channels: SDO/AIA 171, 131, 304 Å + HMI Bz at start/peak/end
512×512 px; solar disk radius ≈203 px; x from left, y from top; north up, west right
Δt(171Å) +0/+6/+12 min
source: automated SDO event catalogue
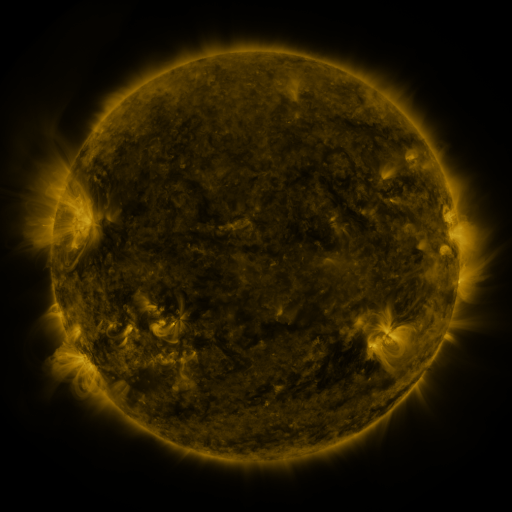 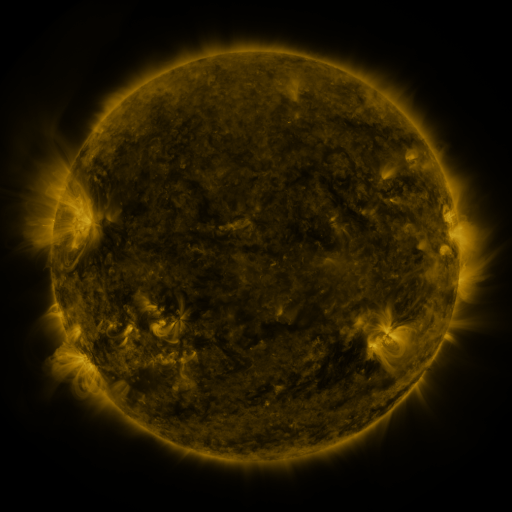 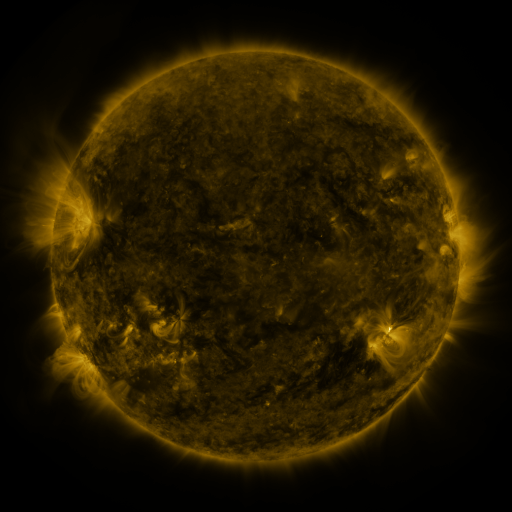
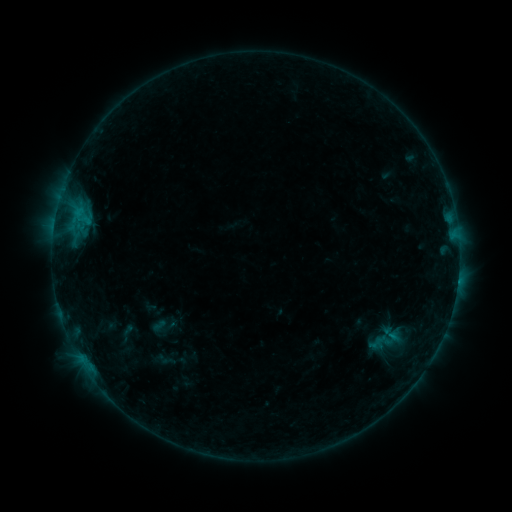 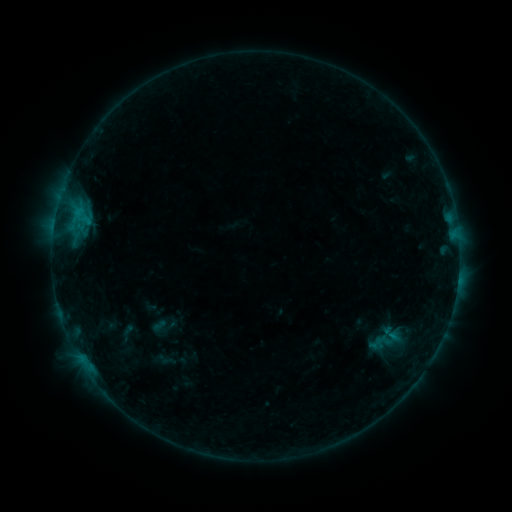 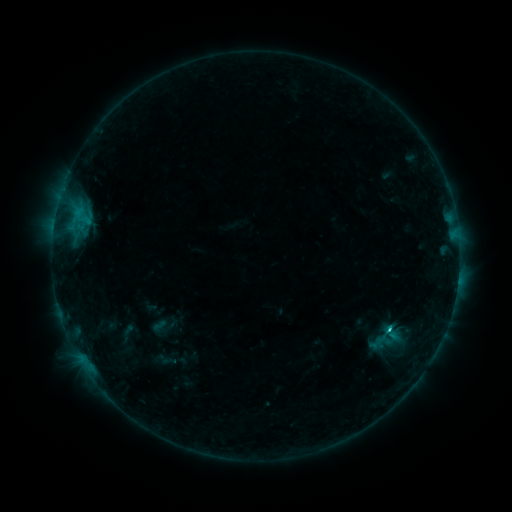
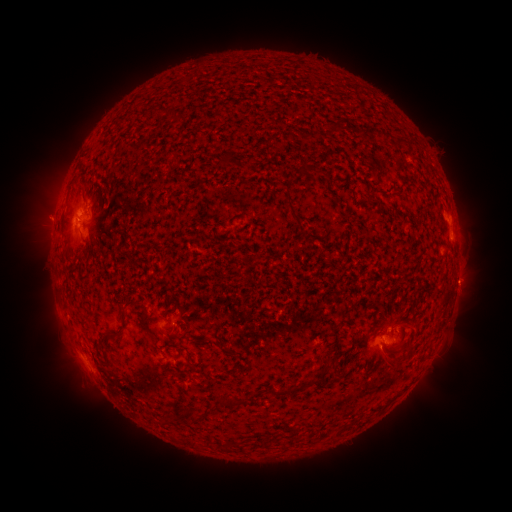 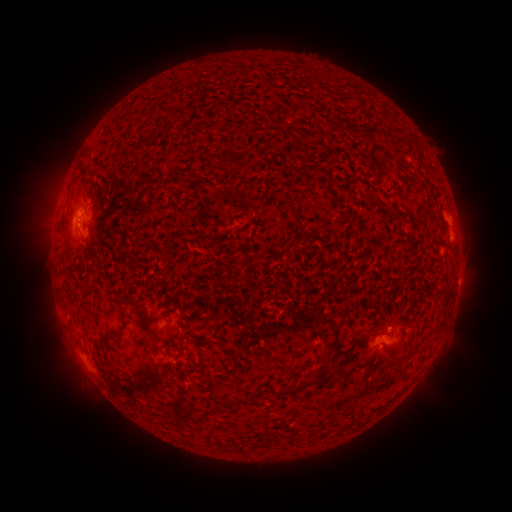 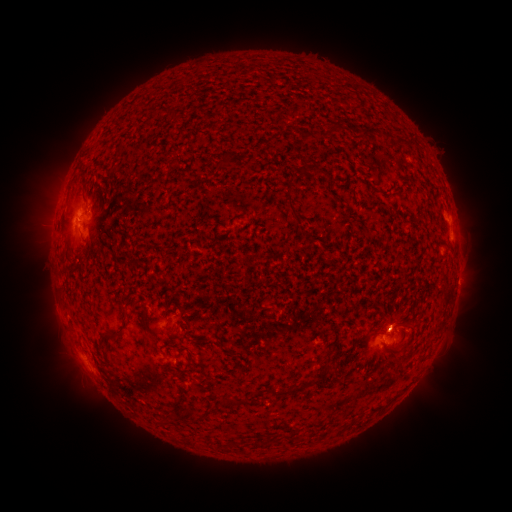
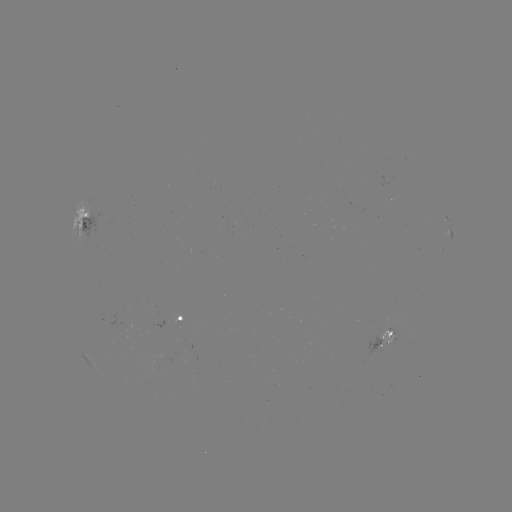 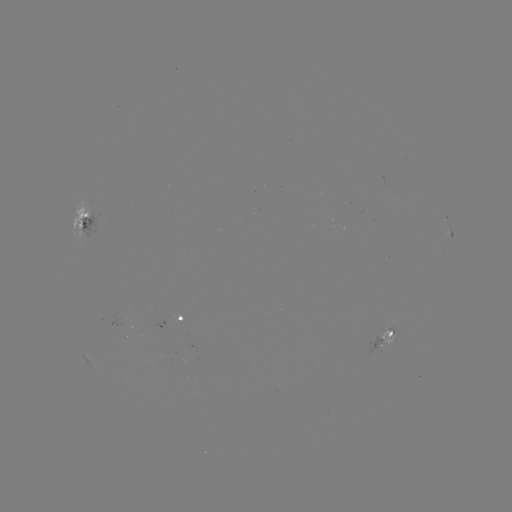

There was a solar flare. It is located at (387, 327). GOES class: C1.2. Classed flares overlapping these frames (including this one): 1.